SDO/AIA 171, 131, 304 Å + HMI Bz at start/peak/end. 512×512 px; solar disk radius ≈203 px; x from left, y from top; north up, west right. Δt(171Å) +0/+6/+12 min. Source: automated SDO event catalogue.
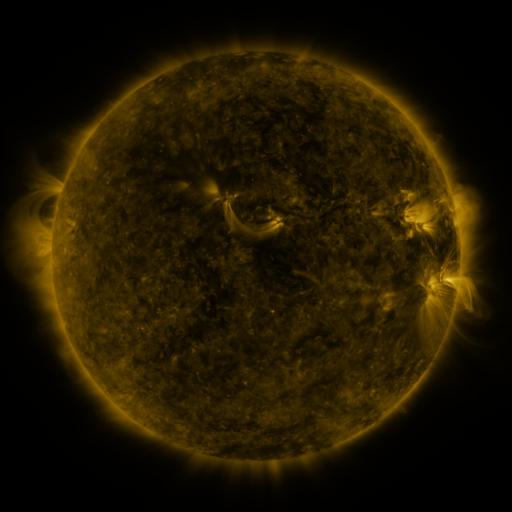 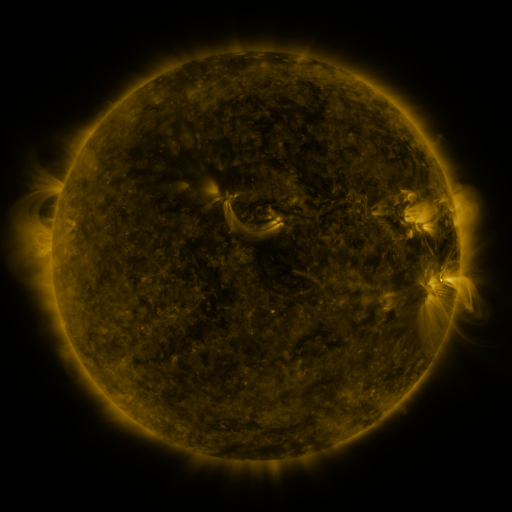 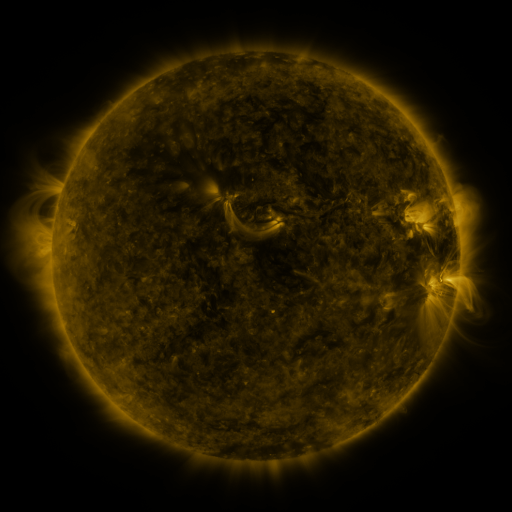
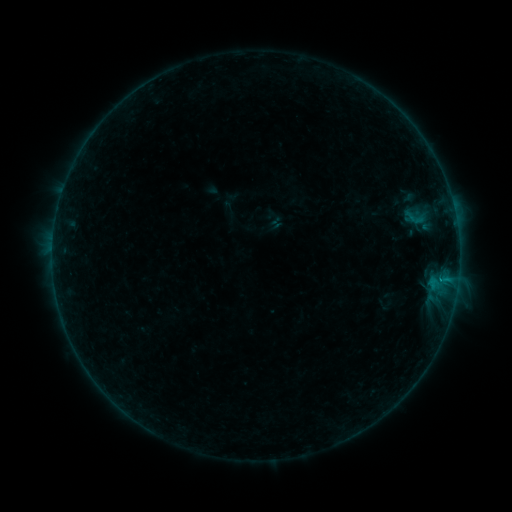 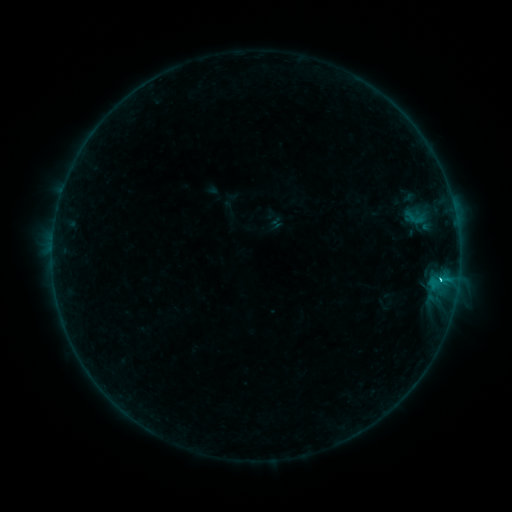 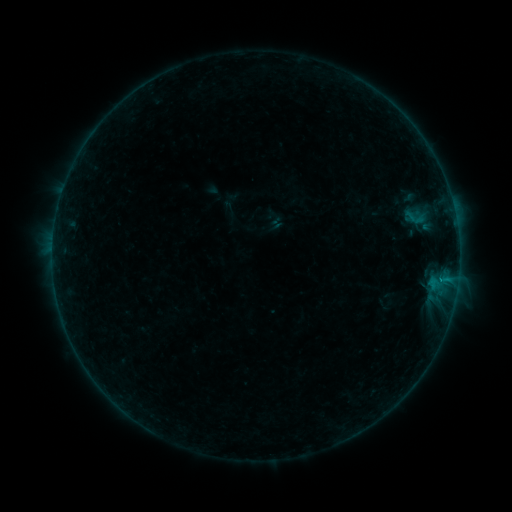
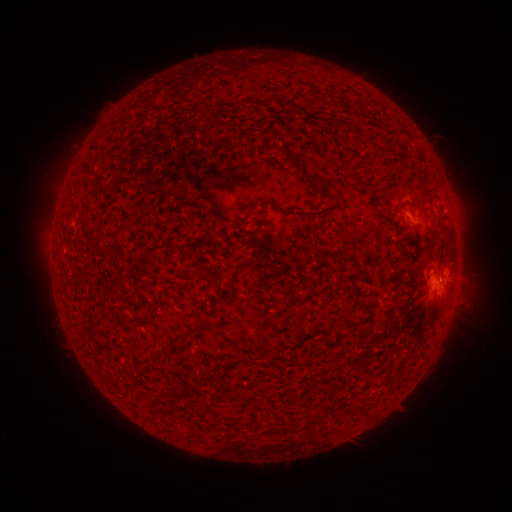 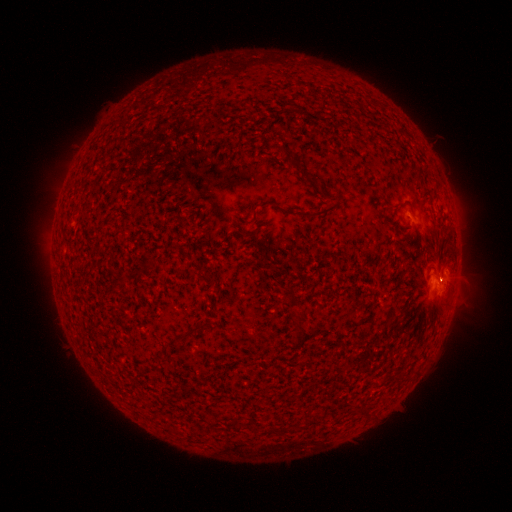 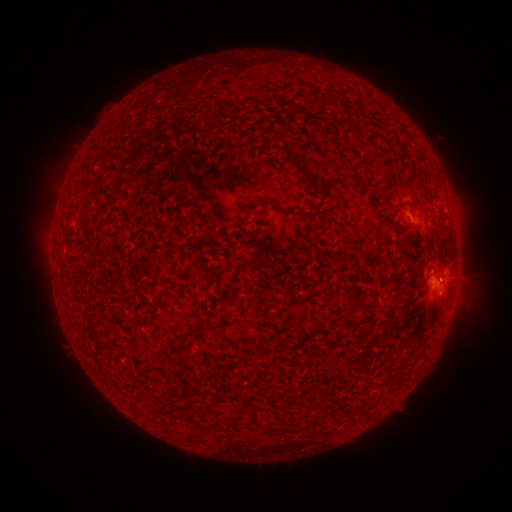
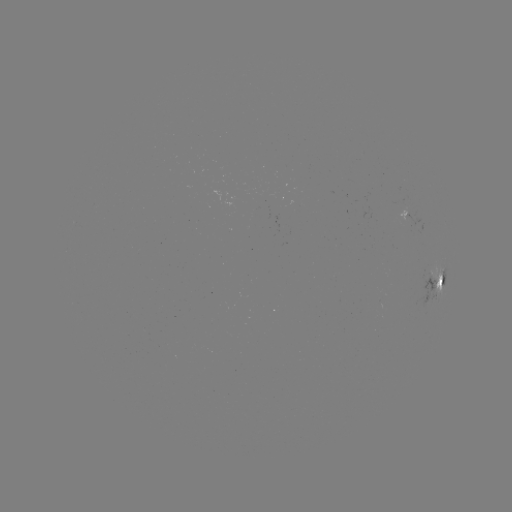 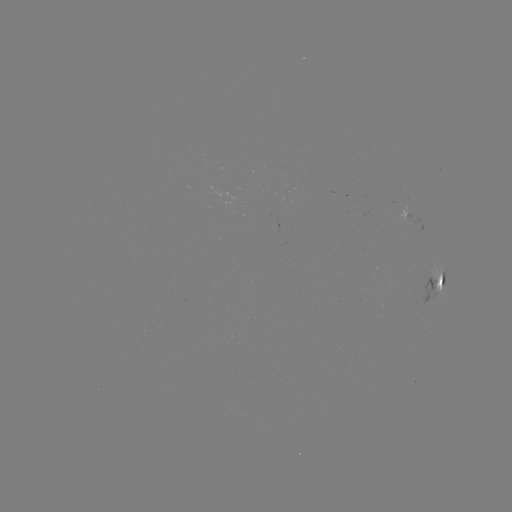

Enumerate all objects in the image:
B8.7 flare: (440, 276)
